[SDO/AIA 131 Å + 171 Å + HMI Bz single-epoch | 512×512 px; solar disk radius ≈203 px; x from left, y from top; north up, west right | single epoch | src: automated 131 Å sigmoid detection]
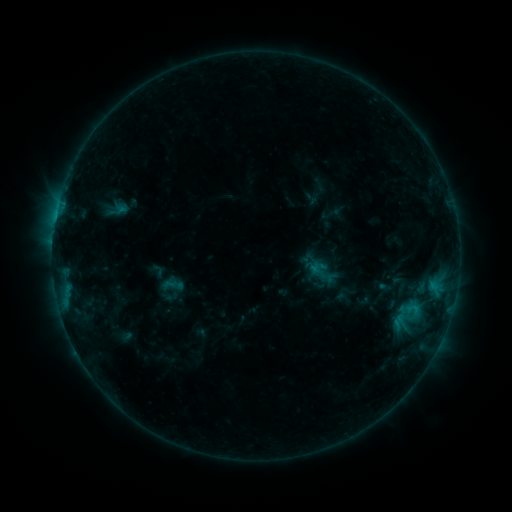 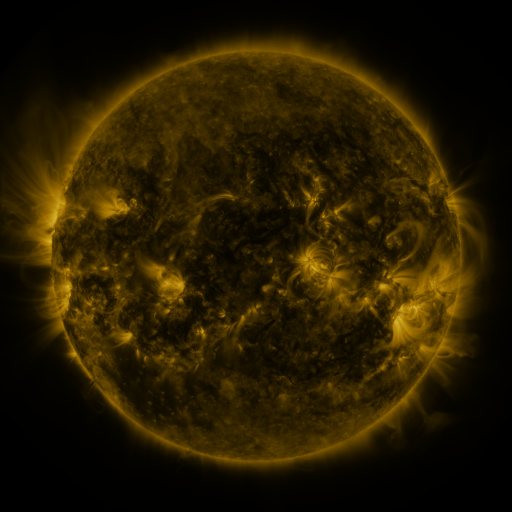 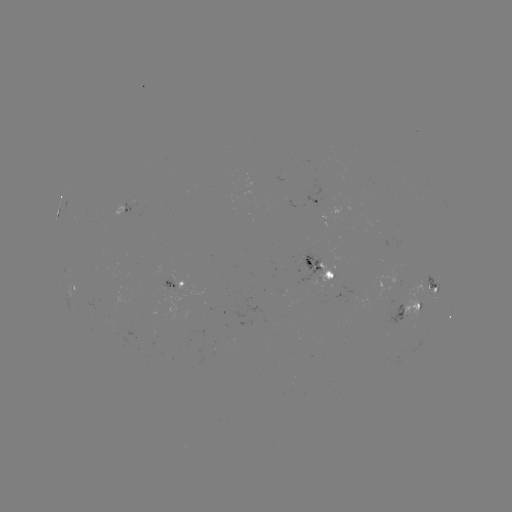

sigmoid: <bbox>309, 263, 327, 281</bbox>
